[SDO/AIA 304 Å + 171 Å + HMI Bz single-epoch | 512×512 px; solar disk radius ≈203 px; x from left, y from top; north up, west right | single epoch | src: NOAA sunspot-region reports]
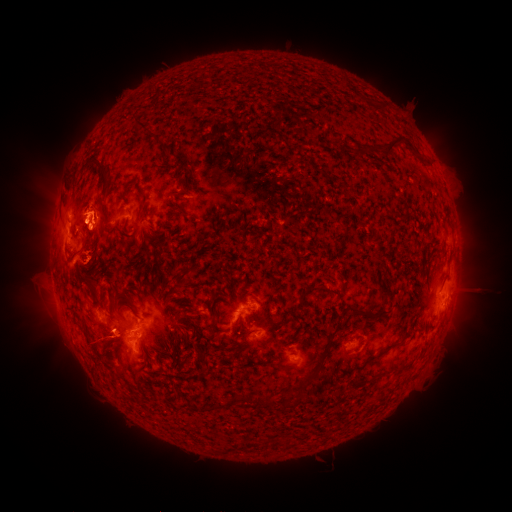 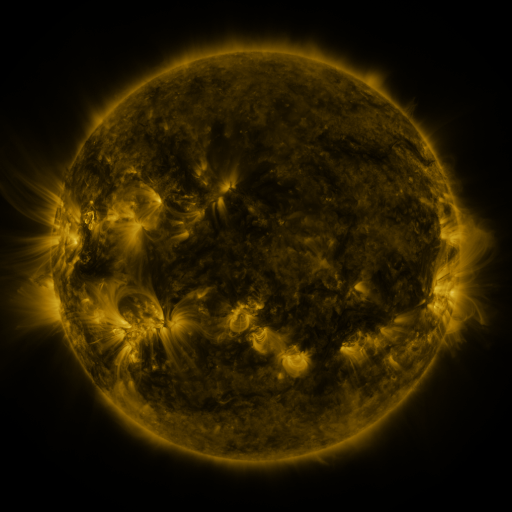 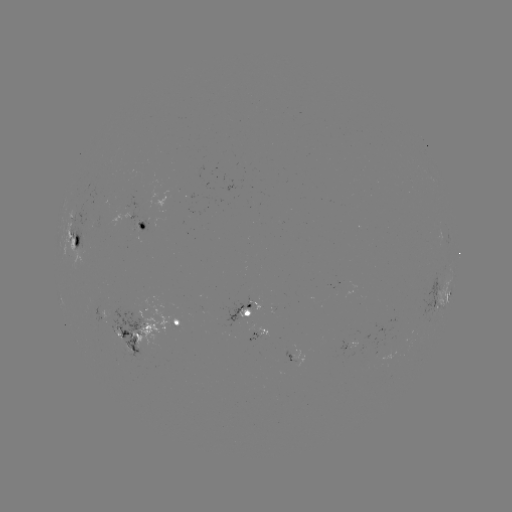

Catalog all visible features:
spotted active region: (144, 222)
spotted active region: (77, 239)
spotted active region: (442, 298)
spotted active region: (245, 308)
spotted active region: (175, 318)
spotted active region: (141, 336)
spotted active region: (300, 354)
